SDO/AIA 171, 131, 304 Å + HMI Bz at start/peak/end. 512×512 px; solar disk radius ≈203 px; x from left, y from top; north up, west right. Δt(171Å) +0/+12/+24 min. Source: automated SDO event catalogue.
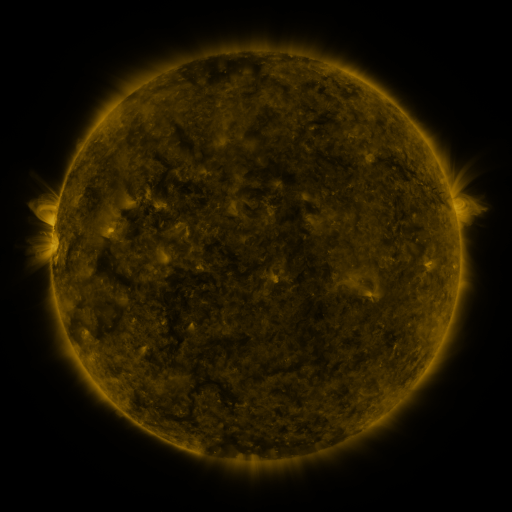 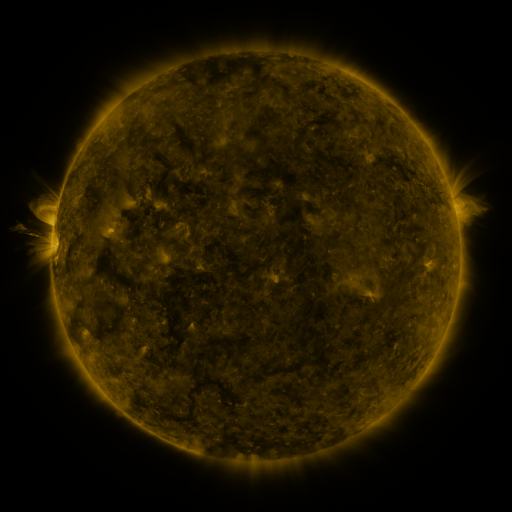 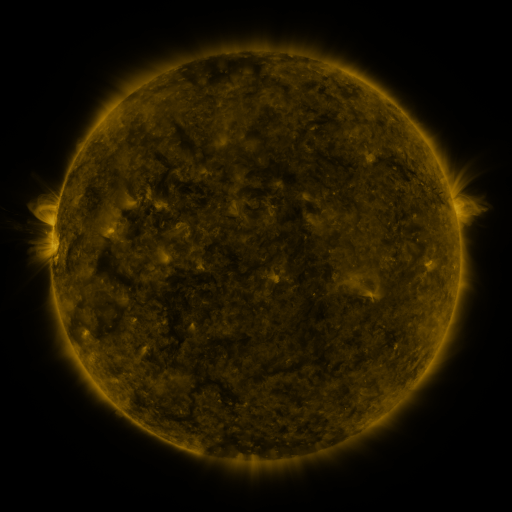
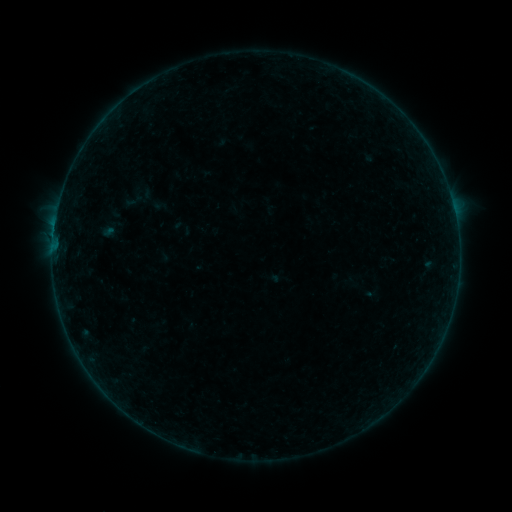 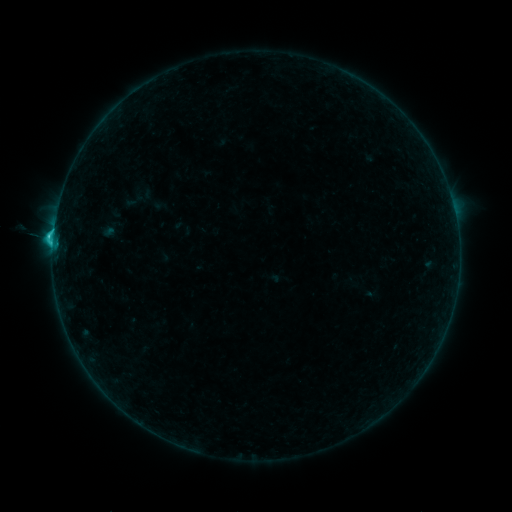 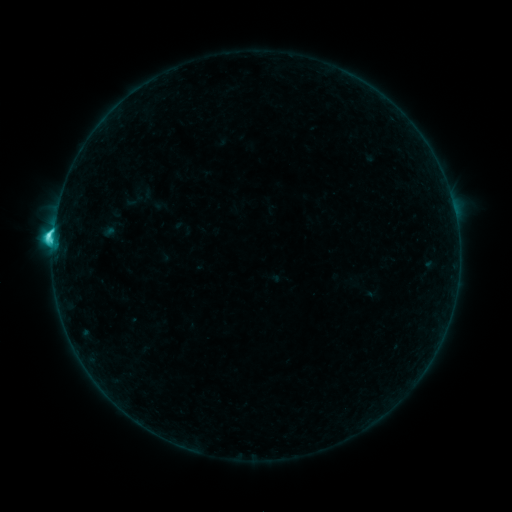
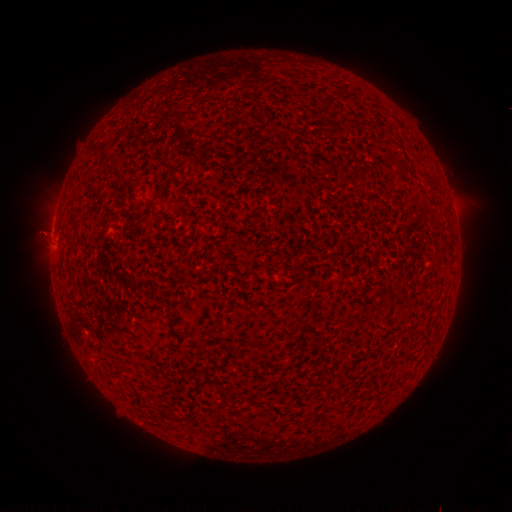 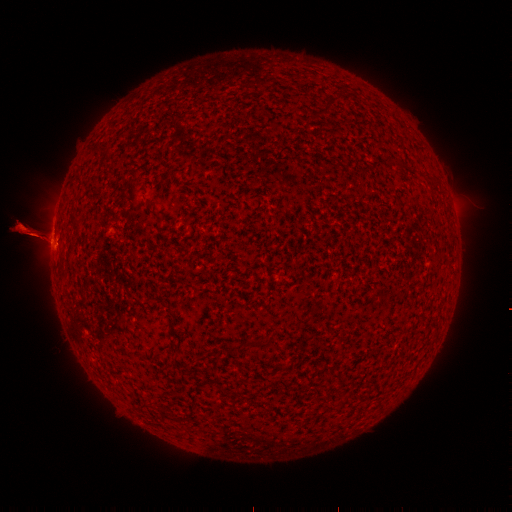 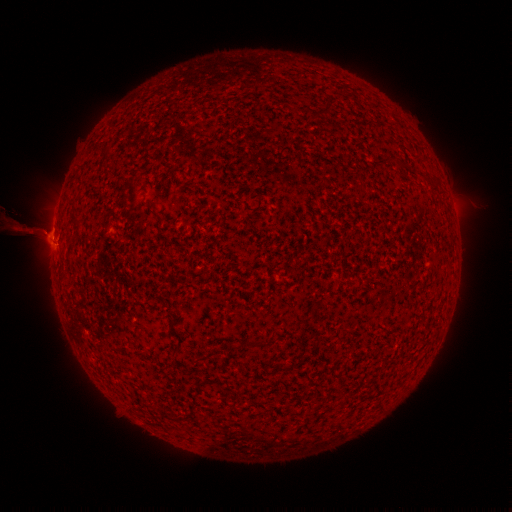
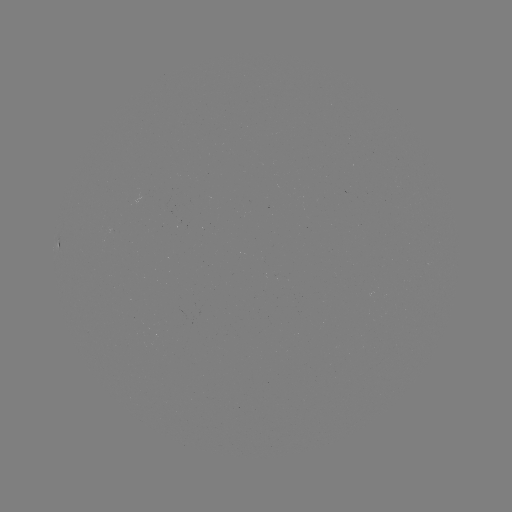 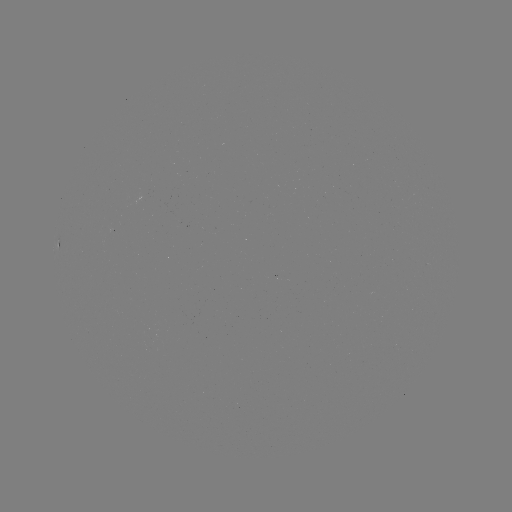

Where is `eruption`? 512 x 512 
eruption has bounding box [0, 198, 60, 260].